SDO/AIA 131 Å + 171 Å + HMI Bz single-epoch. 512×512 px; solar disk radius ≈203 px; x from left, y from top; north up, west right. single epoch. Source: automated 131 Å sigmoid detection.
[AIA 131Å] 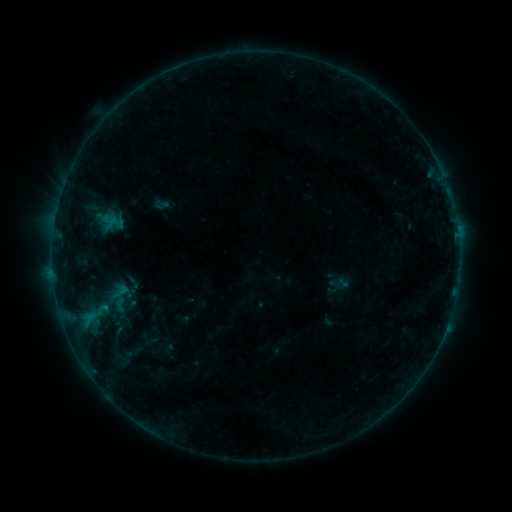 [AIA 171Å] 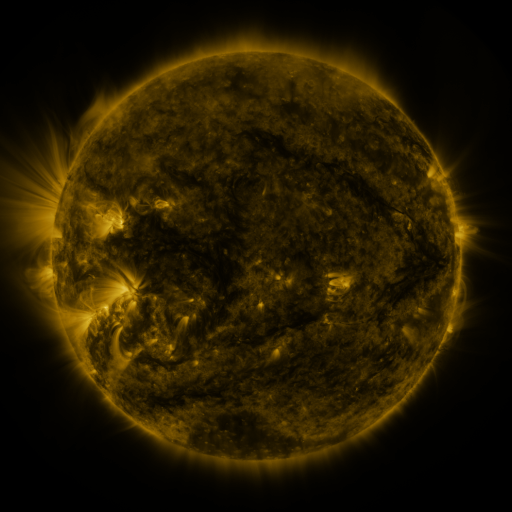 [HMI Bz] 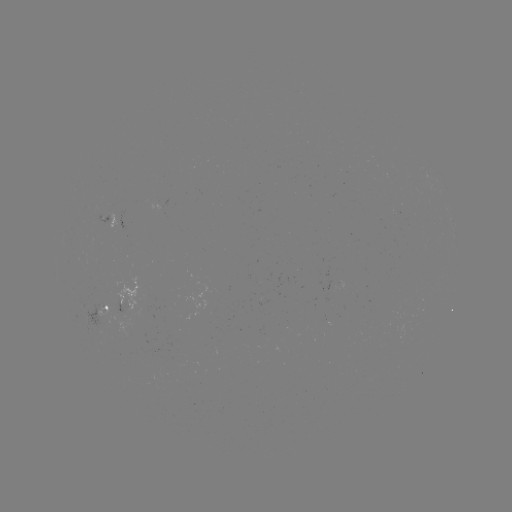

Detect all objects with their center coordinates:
sigmoid: (161, 204)
sigmoid: (103, 310)
